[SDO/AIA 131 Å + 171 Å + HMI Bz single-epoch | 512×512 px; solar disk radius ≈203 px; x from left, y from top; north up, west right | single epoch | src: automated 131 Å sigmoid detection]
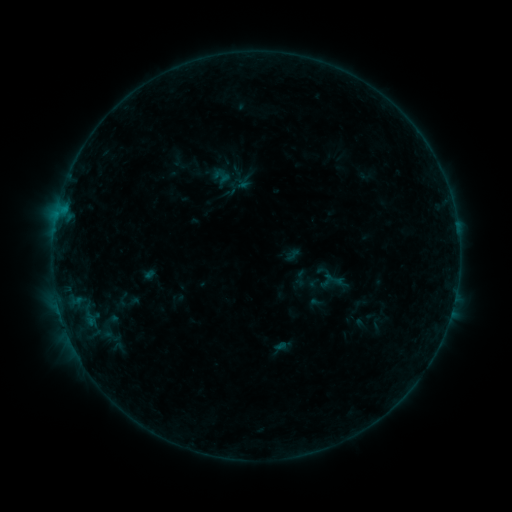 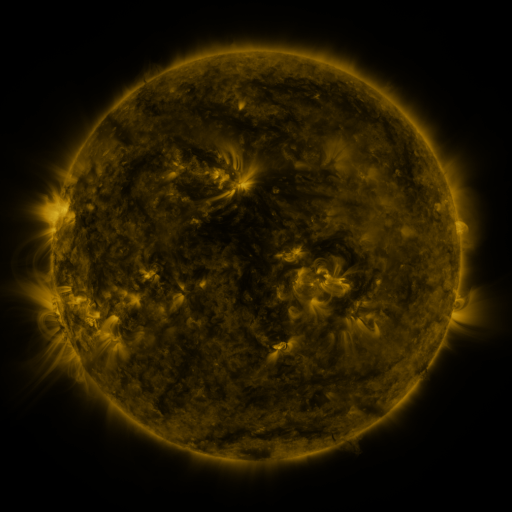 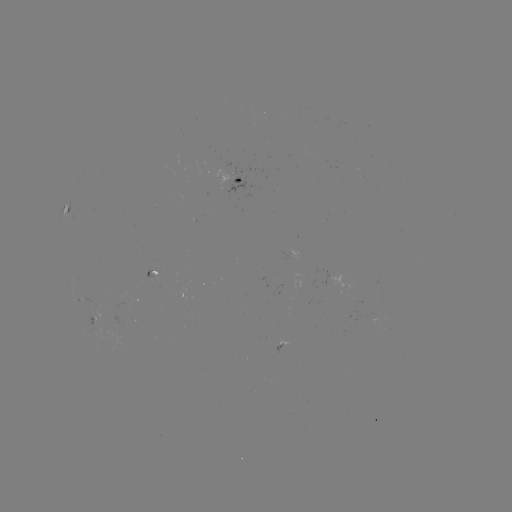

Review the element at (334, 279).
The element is sigmoid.